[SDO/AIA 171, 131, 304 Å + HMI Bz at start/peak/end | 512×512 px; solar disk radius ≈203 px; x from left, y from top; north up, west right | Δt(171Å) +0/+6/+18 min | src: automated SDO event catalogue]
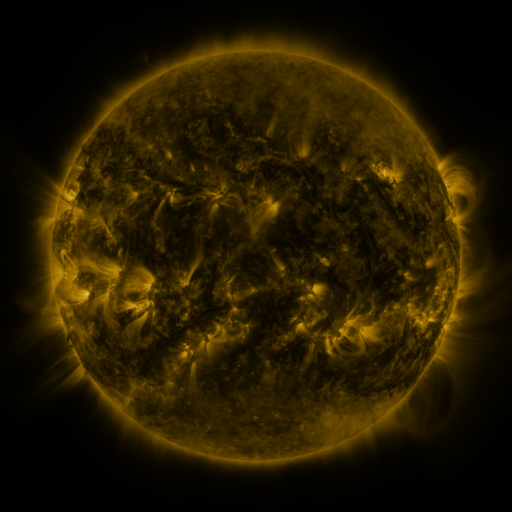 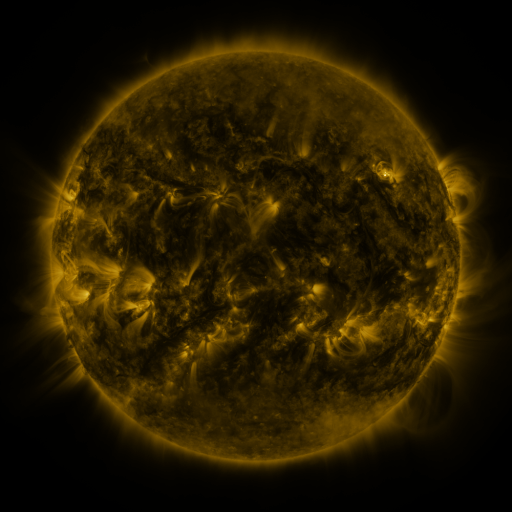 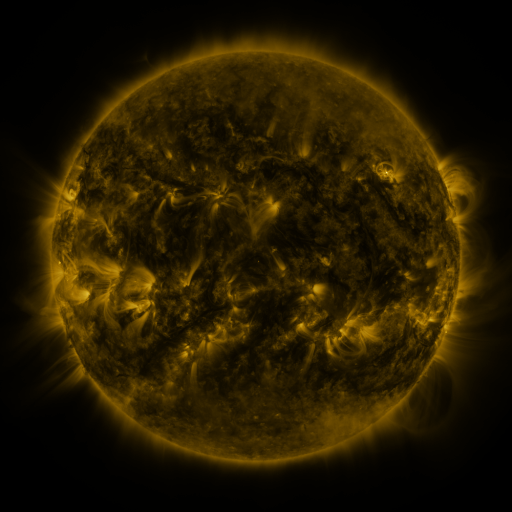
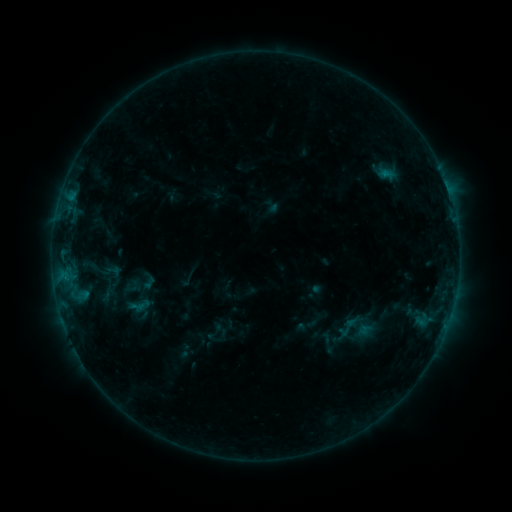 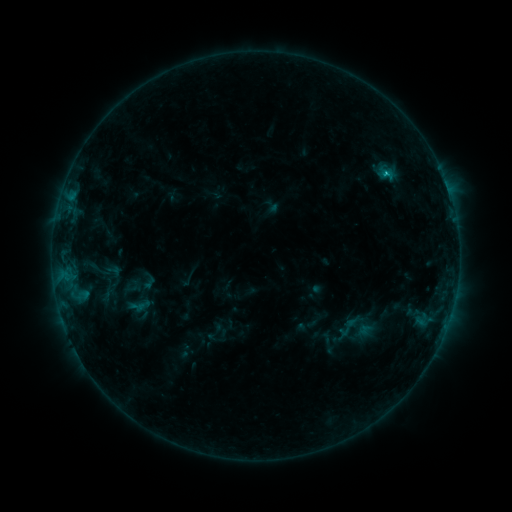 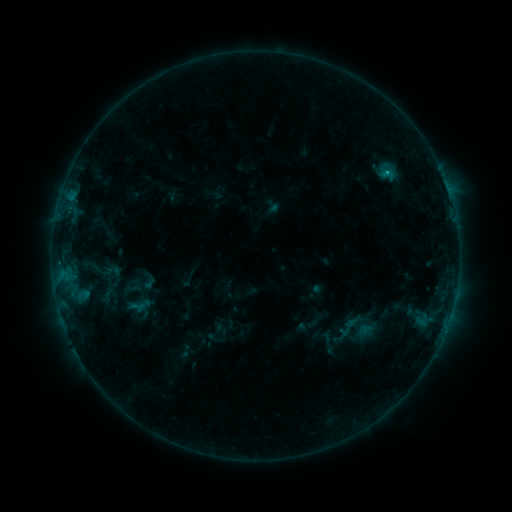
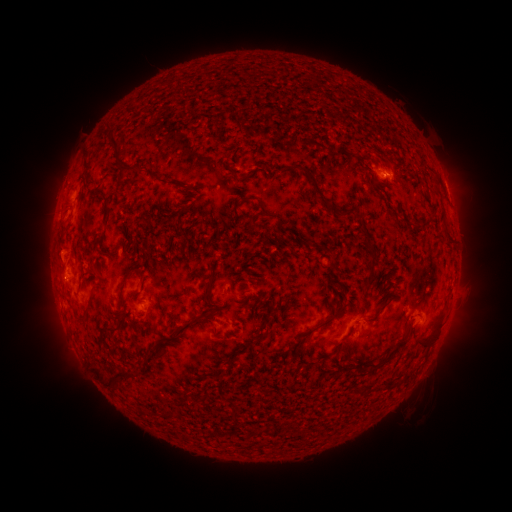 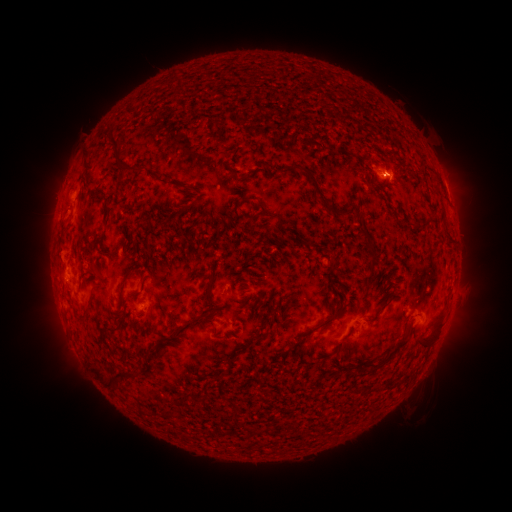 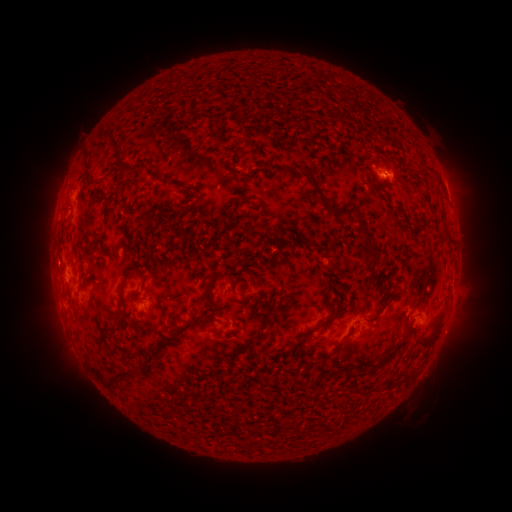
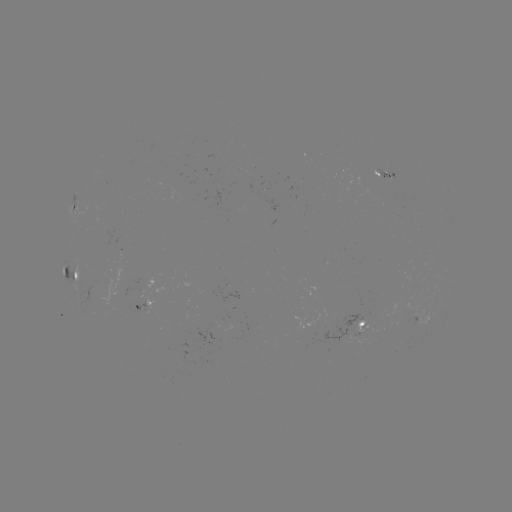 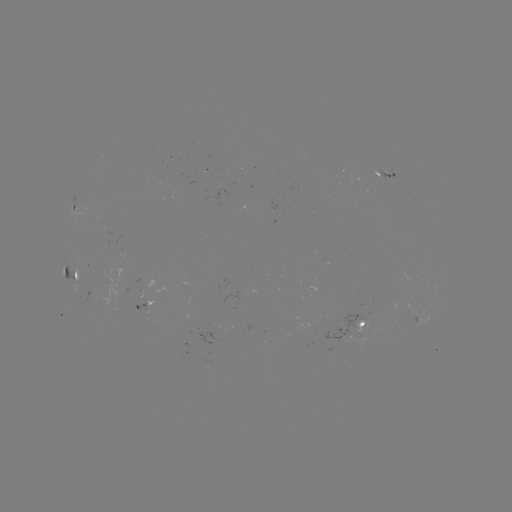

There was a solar flare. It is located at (386, 175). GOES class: B7.3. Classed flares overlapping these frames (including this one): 1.